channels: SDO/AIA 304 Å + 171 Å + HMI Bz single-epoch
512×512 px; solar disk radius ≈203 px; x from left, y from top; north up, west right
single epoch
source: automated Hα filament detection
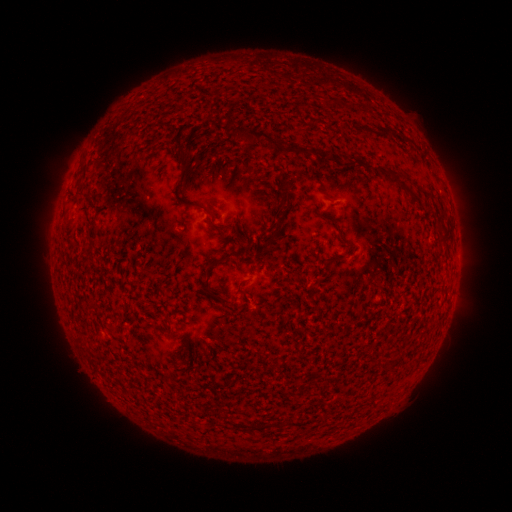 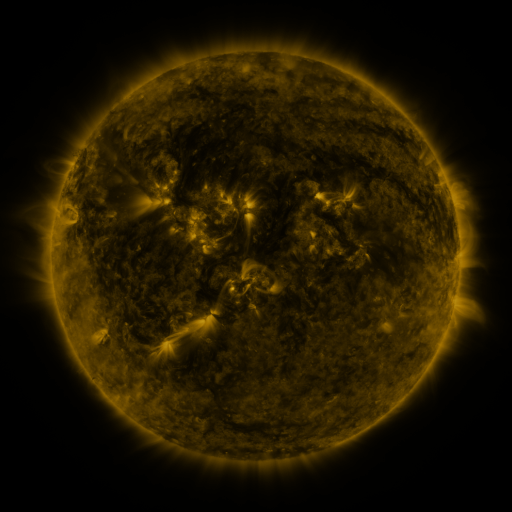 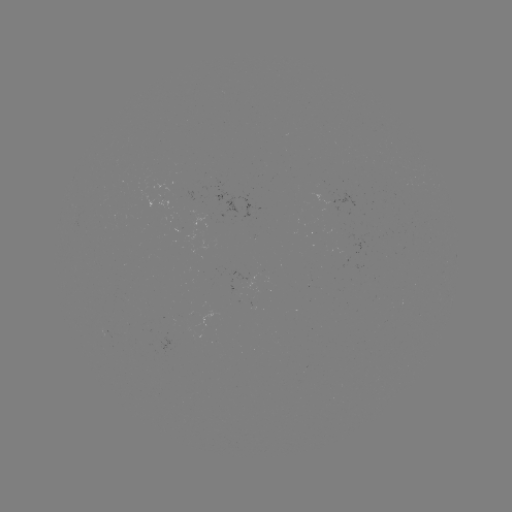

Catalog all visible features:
filament: (330, 100)
filament: (227, 118)
filament: (363, 128)
filament: (270, 140)
filament: (323, 155)
filament: (182, 159)
filament: (396, 172)
filament: (287, 199)
filament: (192, 204)
filament: (218, 227)
filament: (277, 229)
filament: (92, 231)
filament: (217, 261)
